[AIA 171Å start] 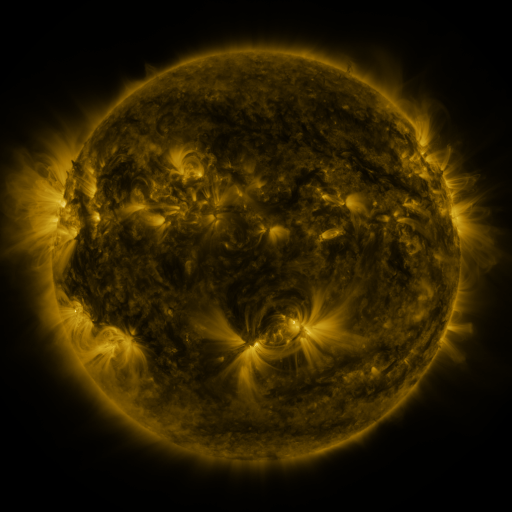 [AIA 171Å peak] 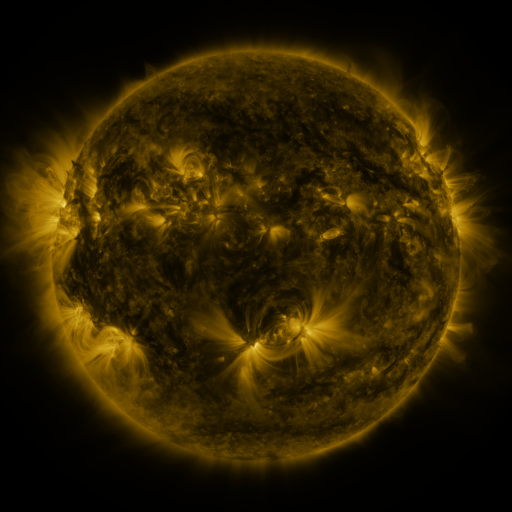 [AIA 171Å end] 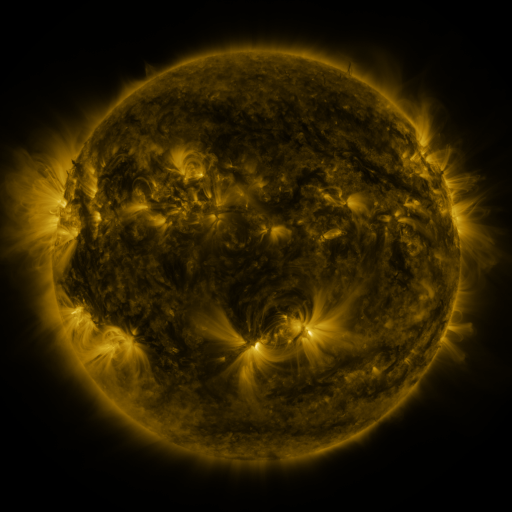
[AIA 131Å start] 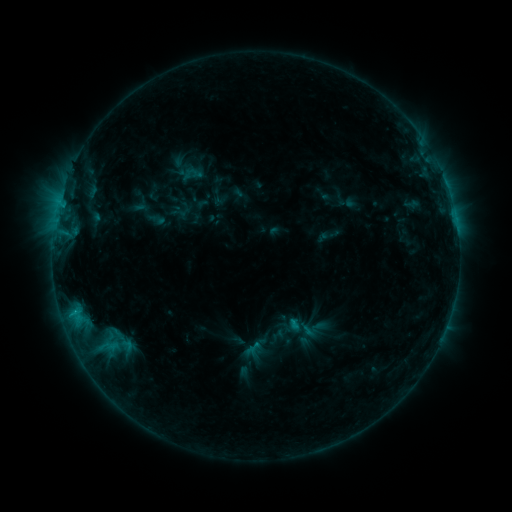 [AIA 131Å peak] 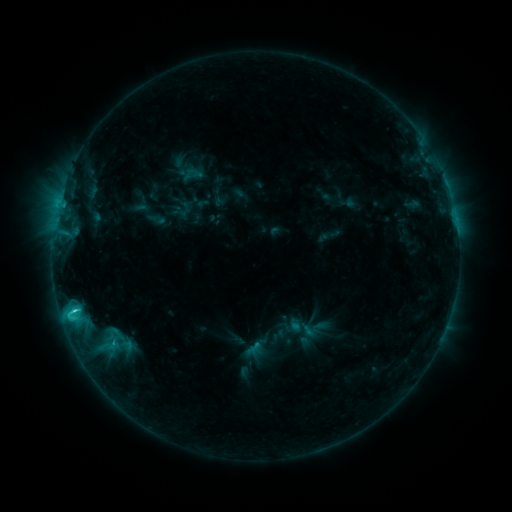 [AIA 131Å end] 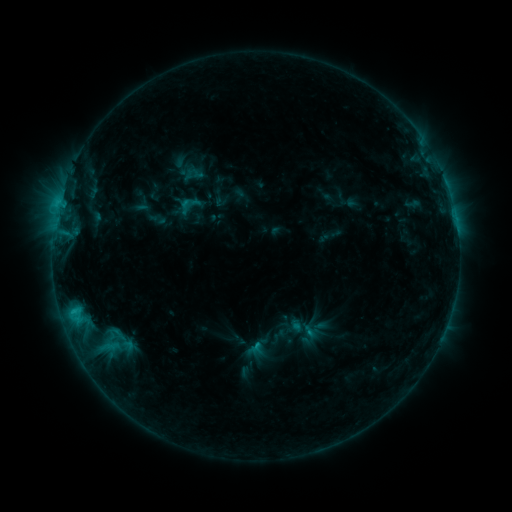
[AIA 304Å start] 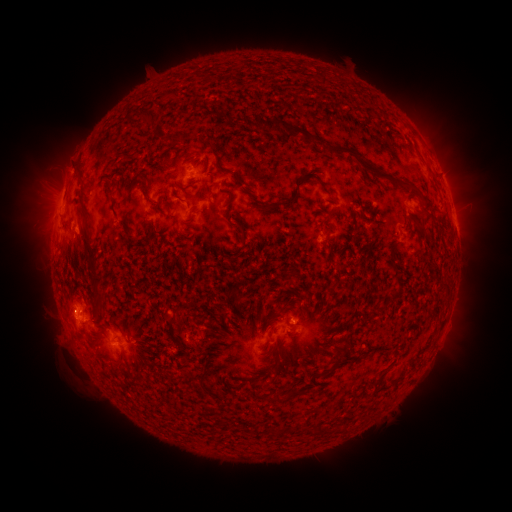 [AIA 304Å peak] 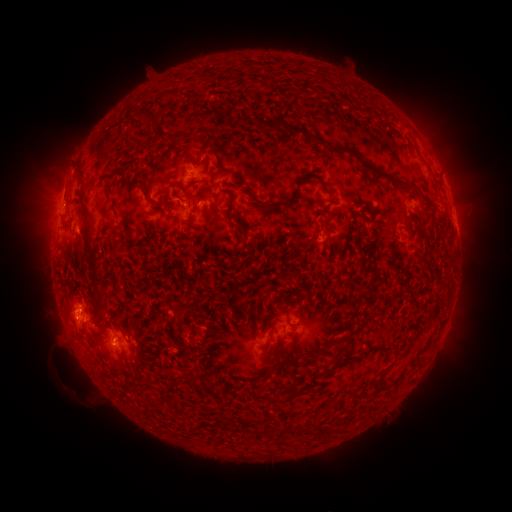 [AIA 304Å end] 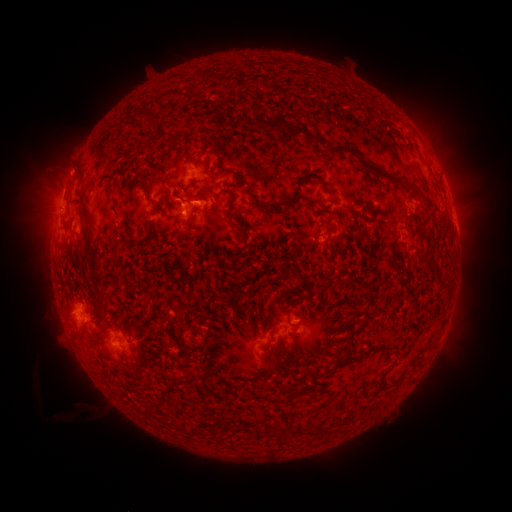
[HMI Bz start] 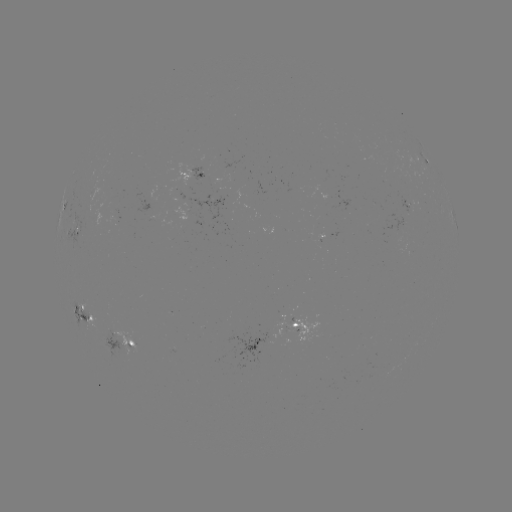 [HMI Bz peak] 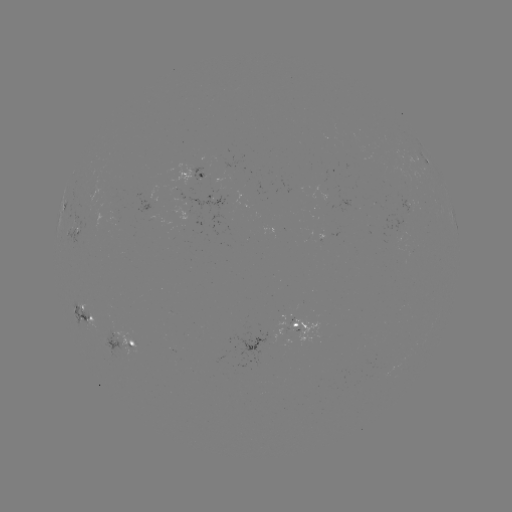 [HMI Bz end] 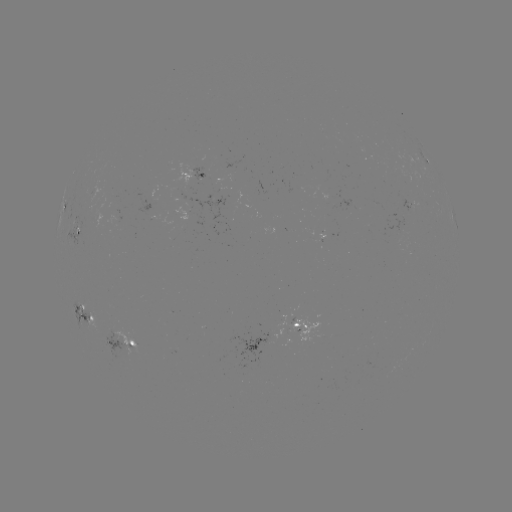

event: flare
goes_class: C2.7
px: (74, 308)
